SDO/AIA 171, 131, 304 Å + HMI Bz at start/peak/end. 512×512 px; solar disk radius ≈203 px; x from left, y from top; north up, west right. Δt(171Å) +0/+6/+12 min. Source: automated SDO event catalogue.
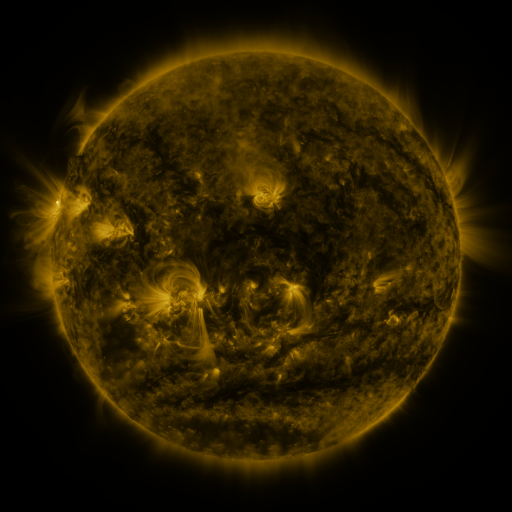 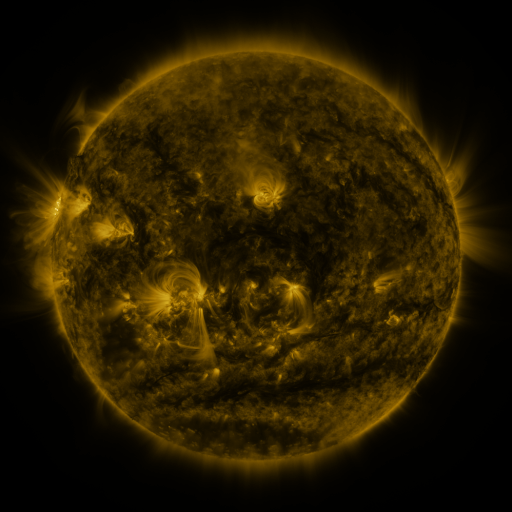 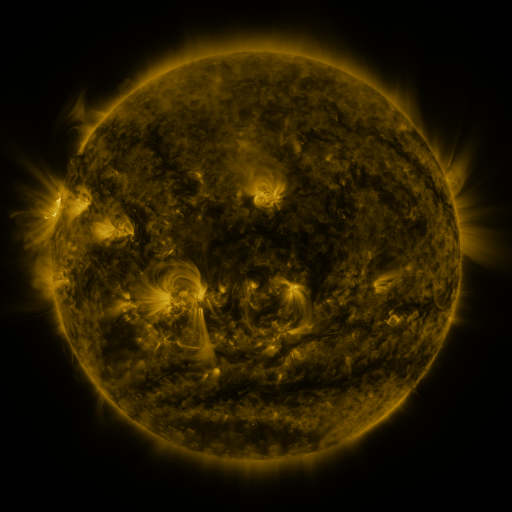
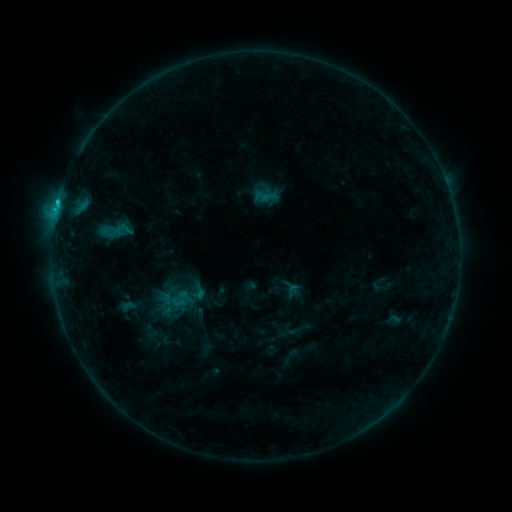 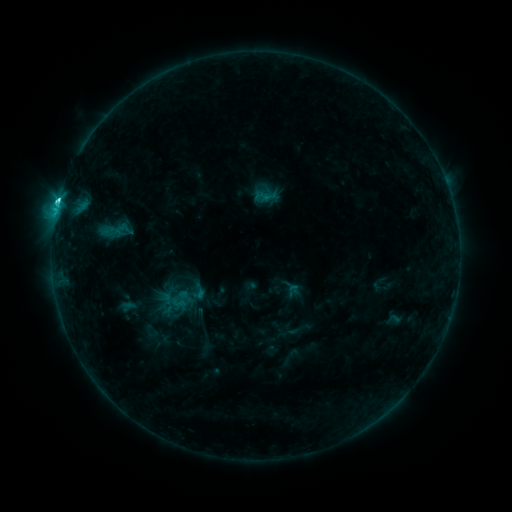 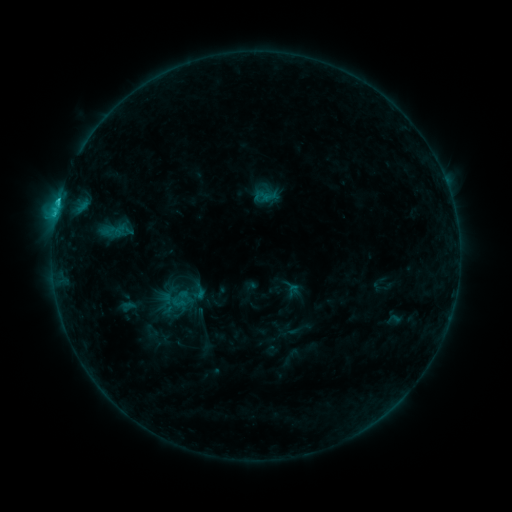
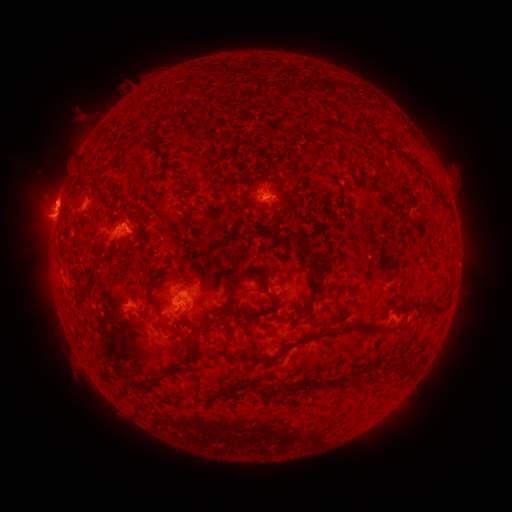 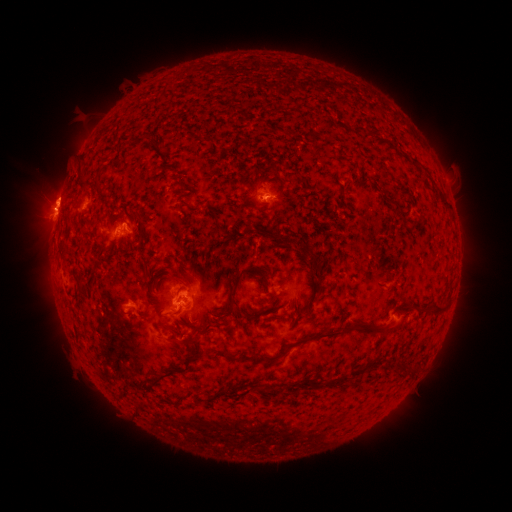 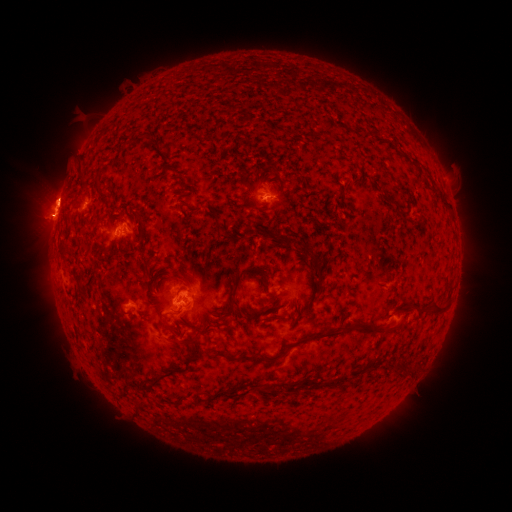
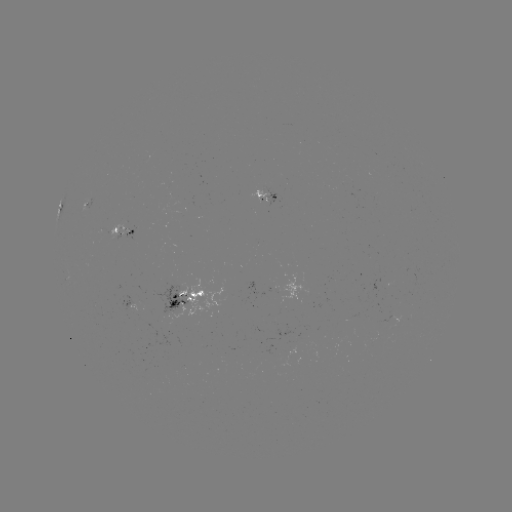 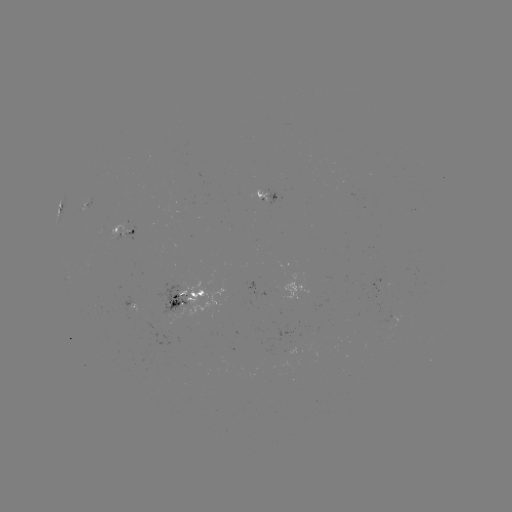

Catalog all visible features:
C2.6 flare: (63, 204)
